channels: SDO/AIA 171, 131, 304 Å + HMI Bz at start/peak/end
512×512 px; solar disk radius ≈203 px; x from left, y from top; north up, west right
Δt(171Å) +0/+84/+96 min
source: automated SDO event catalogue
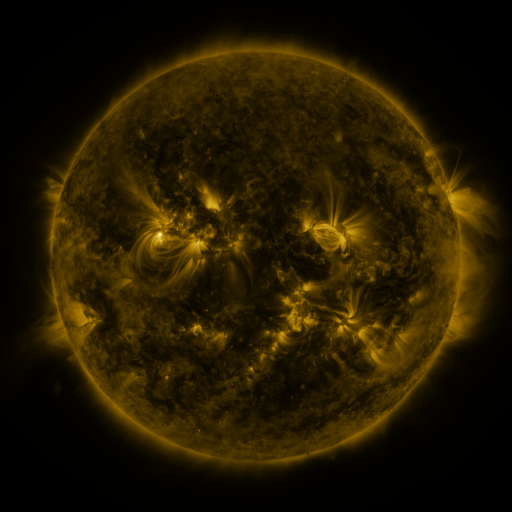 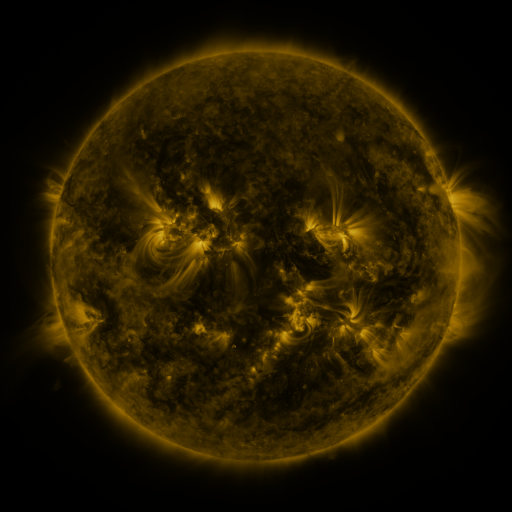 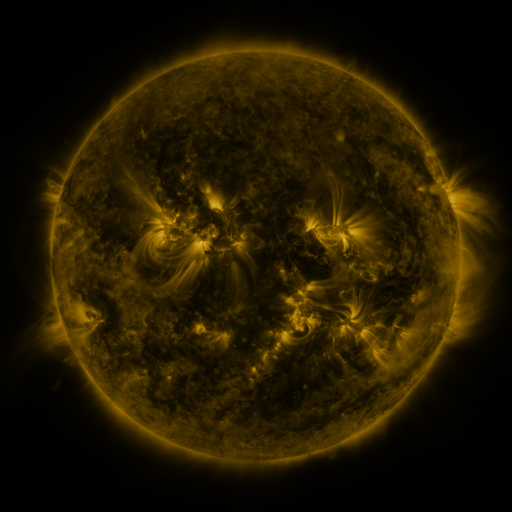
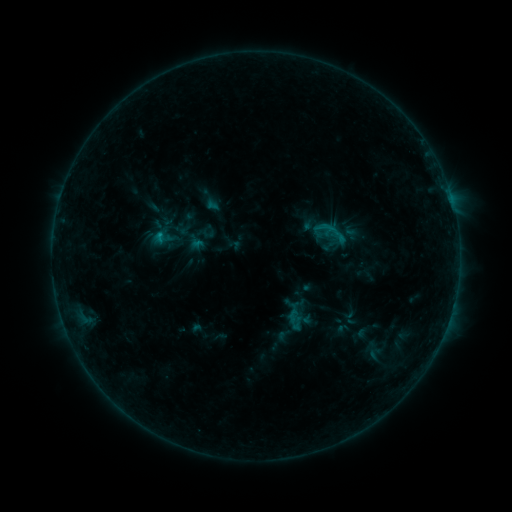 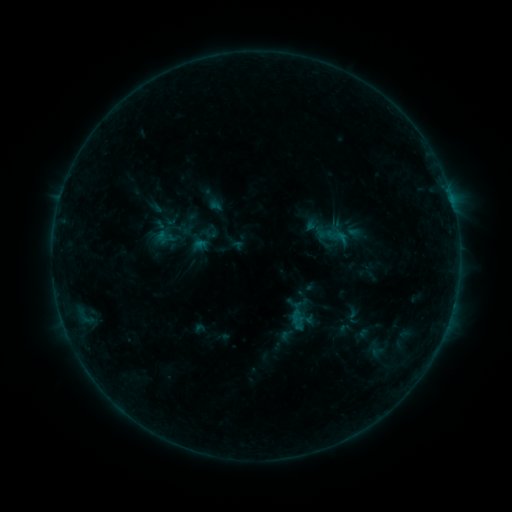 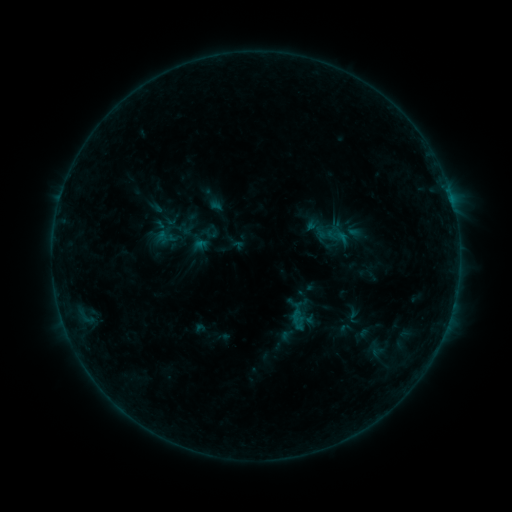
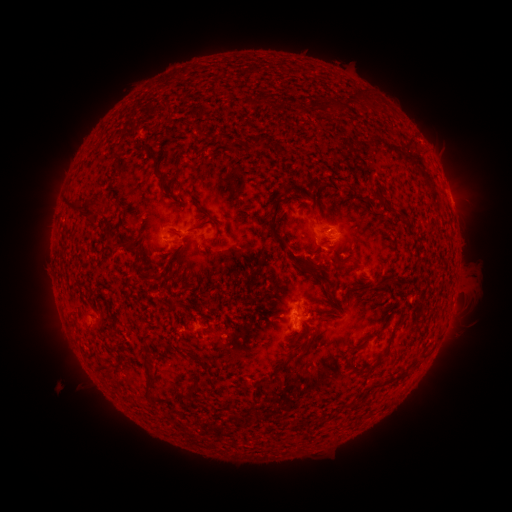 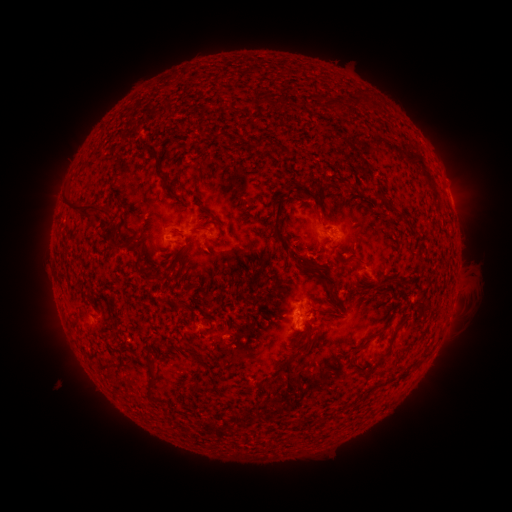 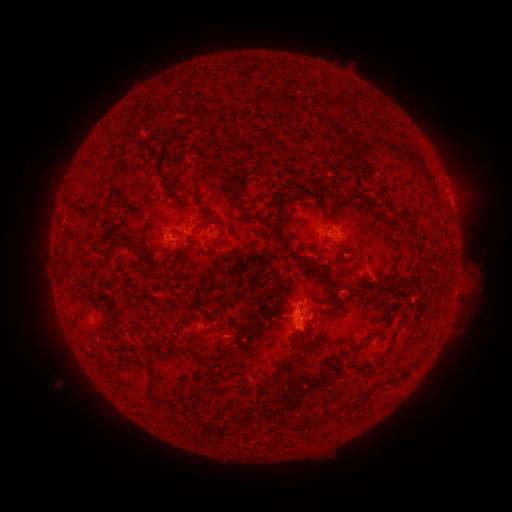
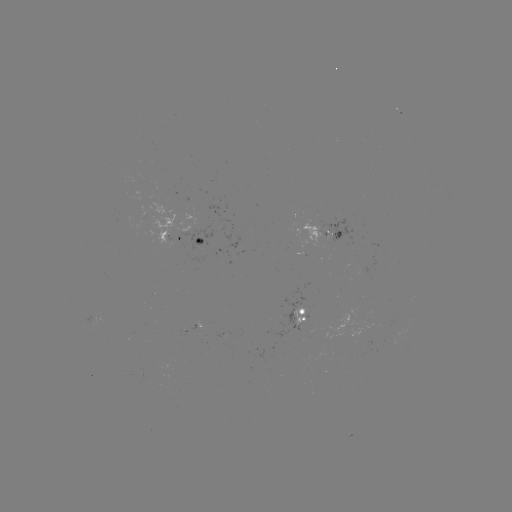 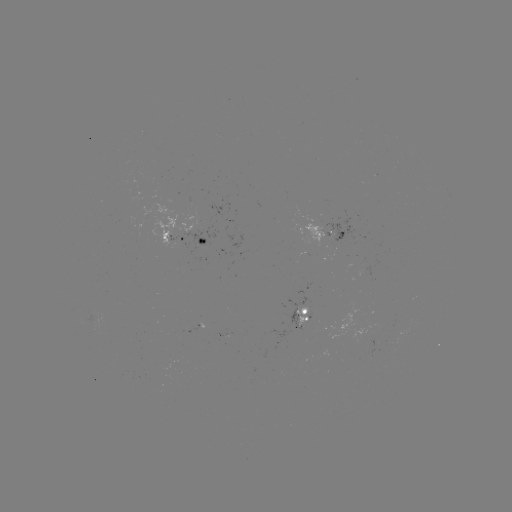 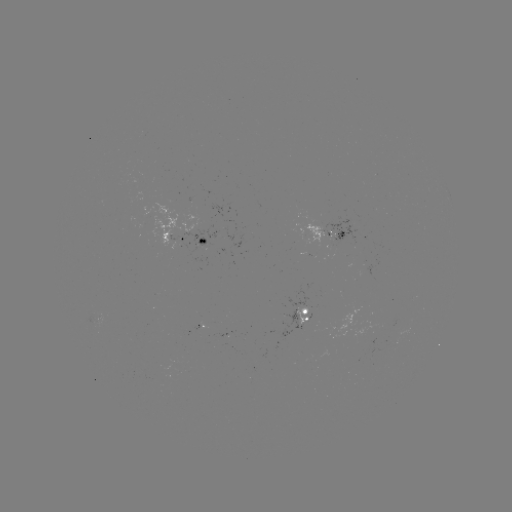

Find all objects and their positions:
emerging-flux region: (99, 317)
